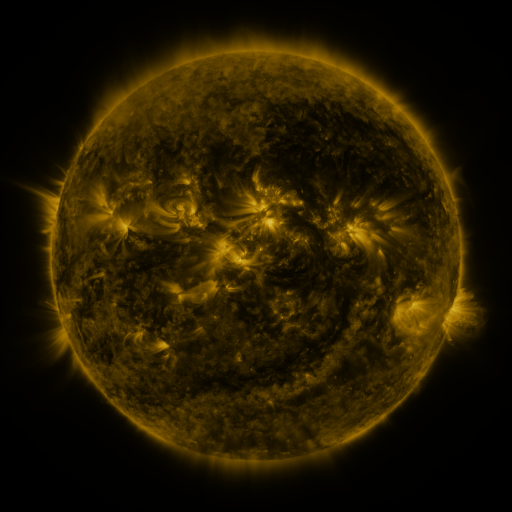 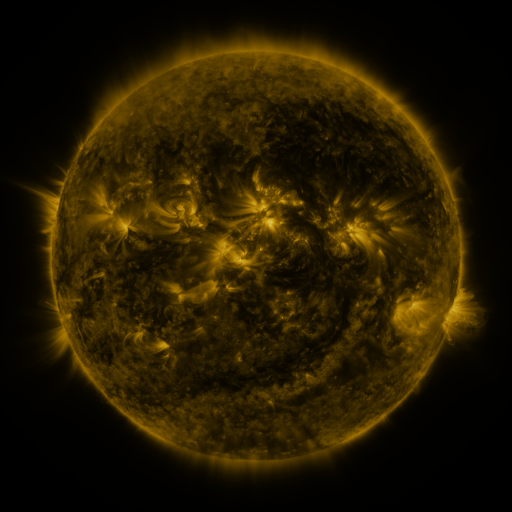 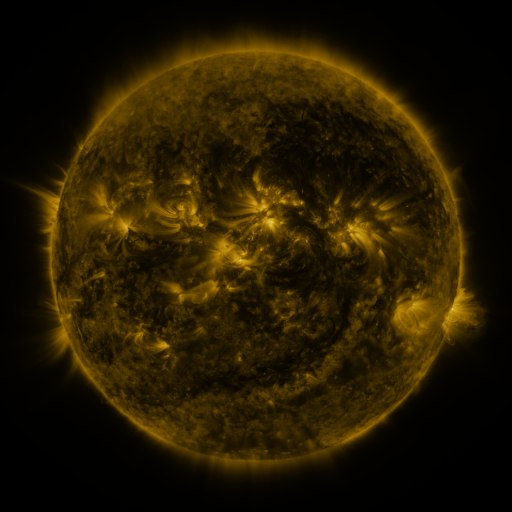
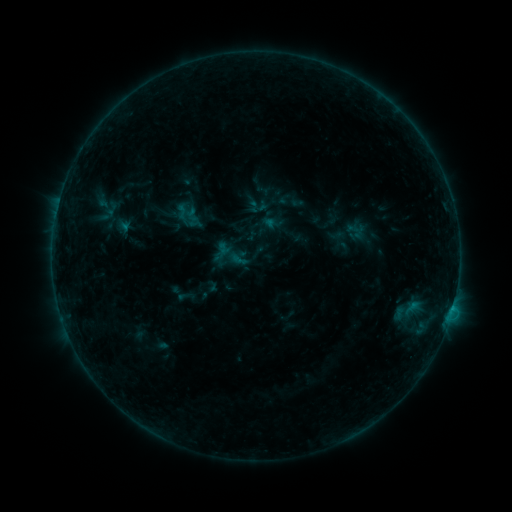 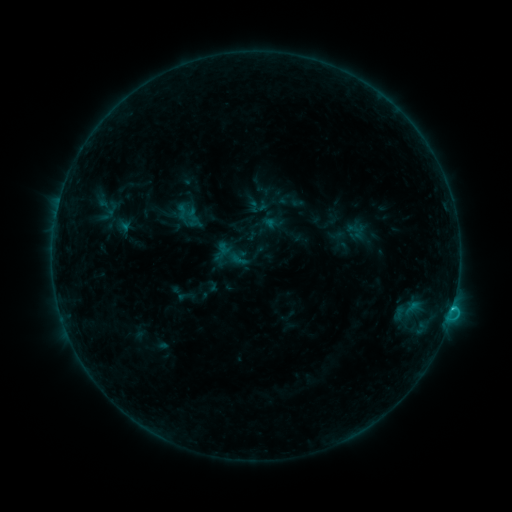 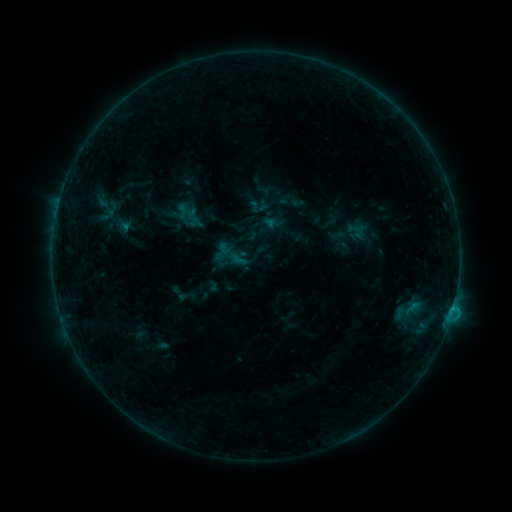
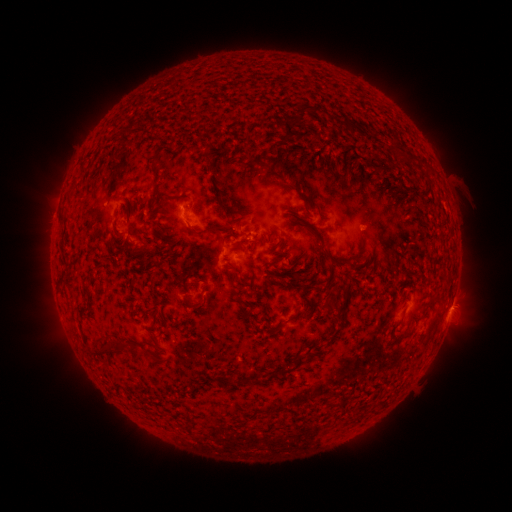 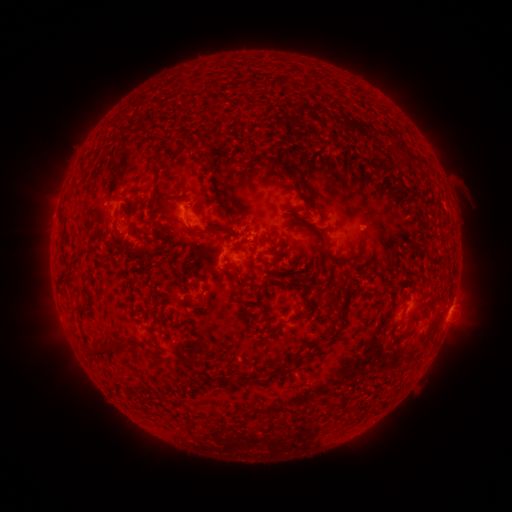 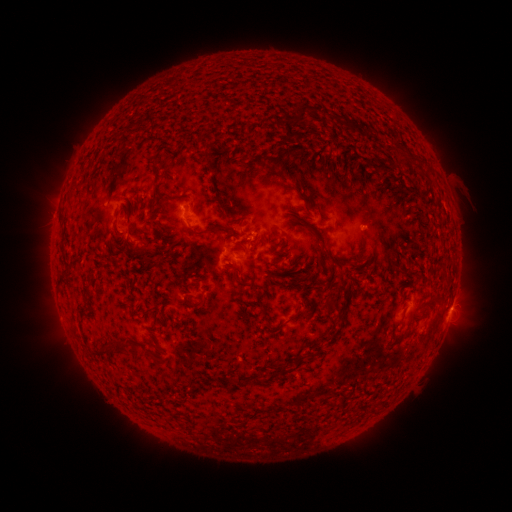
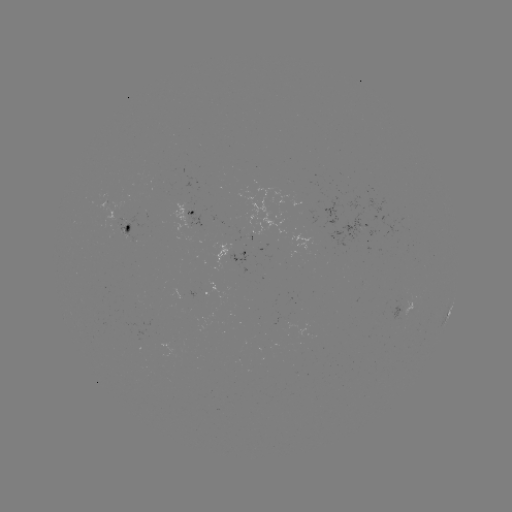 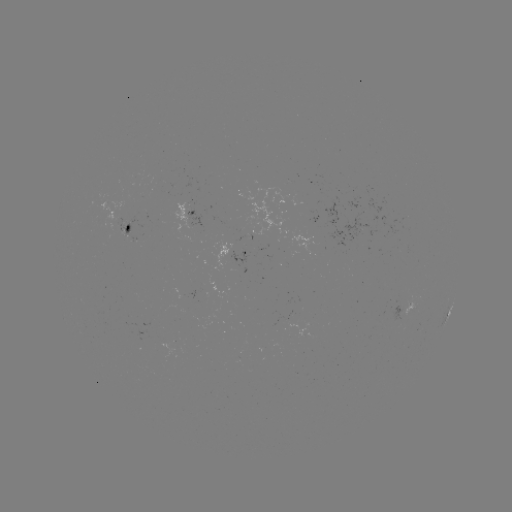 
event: flare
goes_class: B7.5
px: (450, 308)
